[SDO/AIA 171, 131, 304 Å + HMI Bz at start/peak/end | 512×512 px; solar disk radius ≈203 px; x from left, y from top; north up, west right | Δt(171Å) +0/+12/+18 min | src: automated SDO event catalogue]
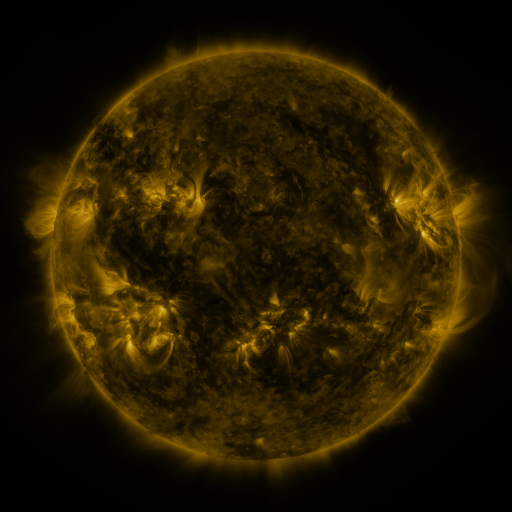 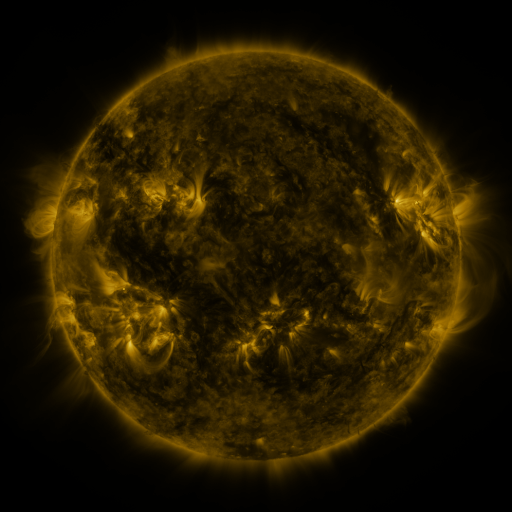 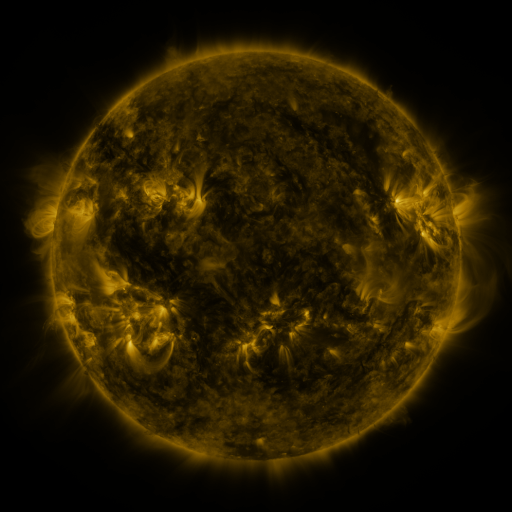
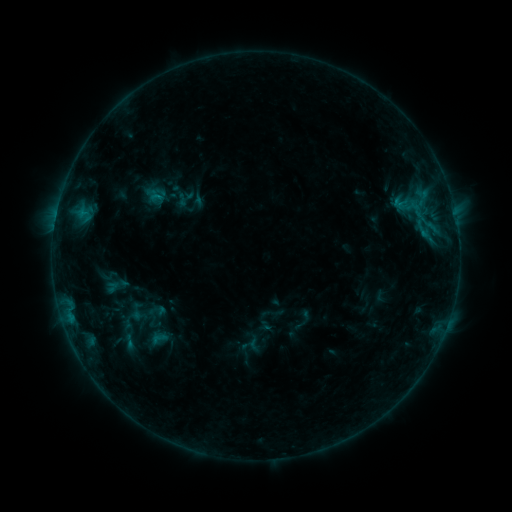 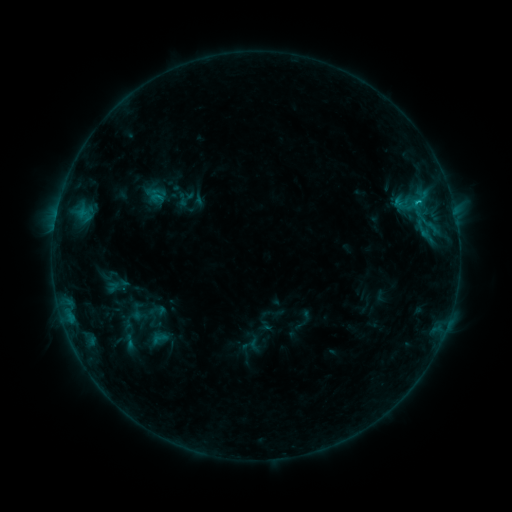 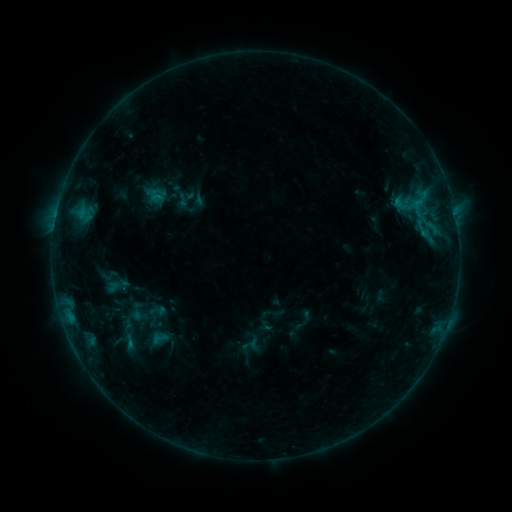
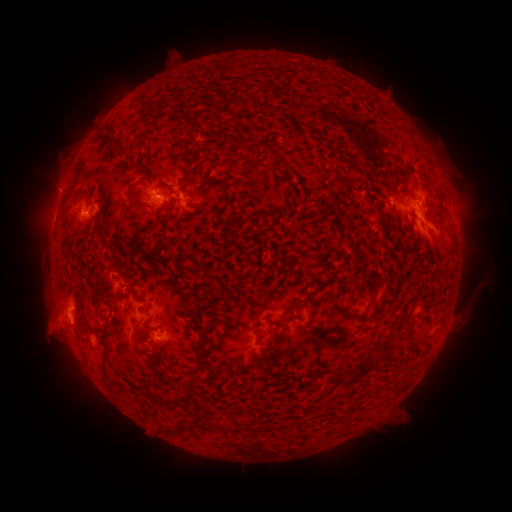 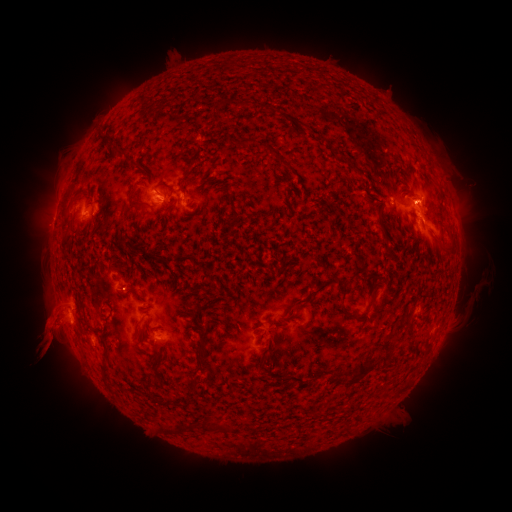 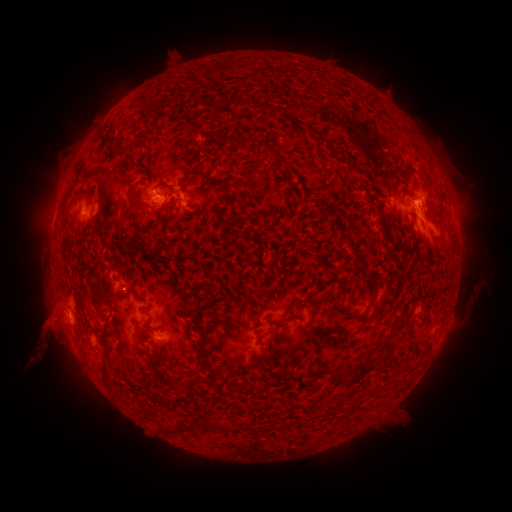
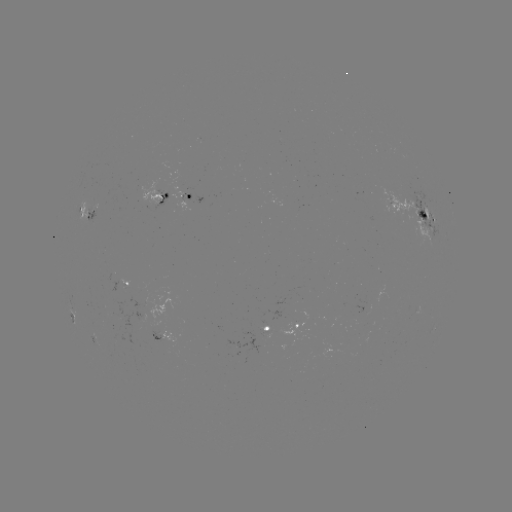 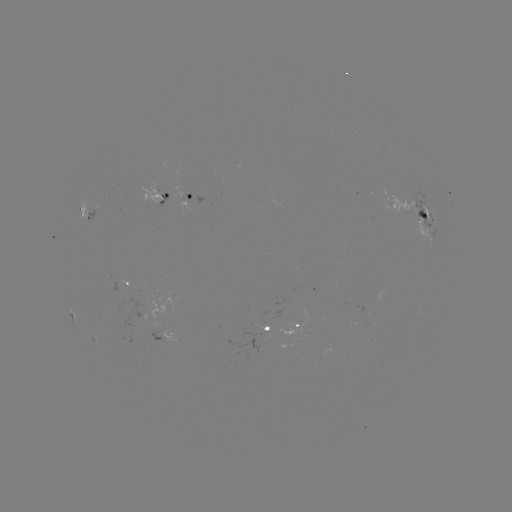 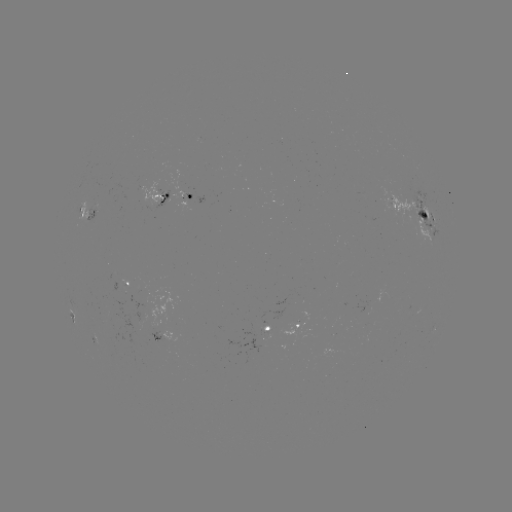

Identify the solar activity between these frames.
eruption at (48, 341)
